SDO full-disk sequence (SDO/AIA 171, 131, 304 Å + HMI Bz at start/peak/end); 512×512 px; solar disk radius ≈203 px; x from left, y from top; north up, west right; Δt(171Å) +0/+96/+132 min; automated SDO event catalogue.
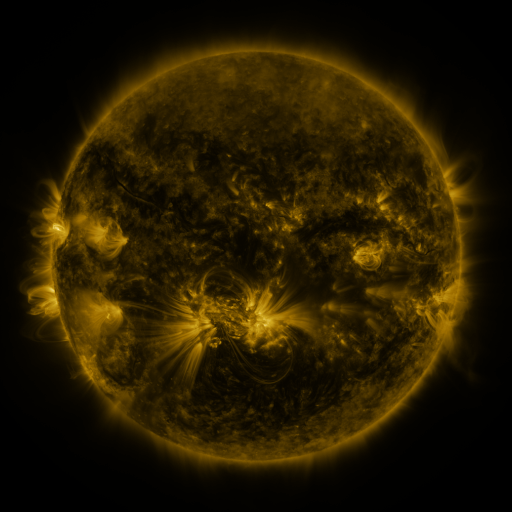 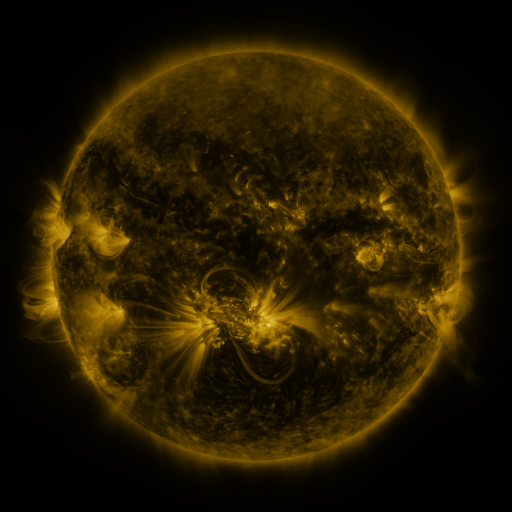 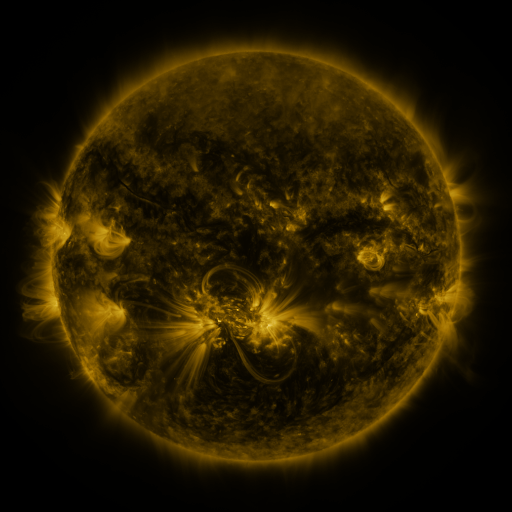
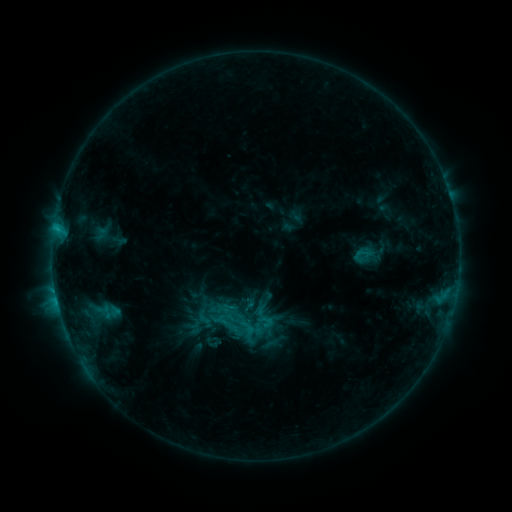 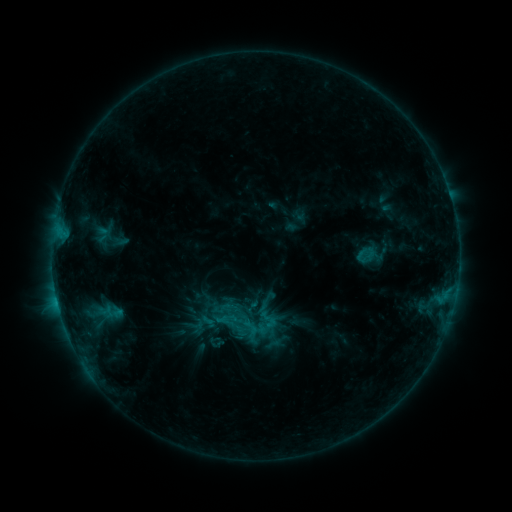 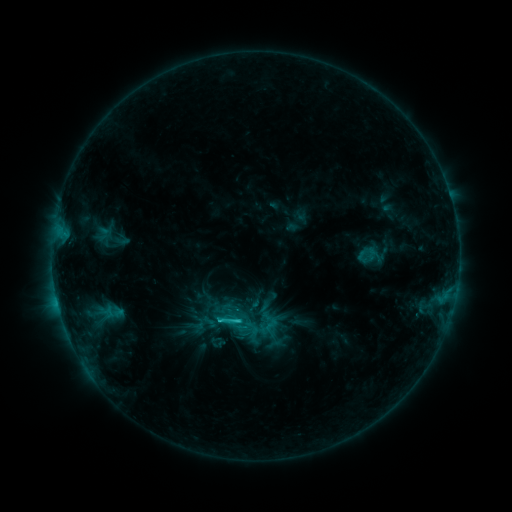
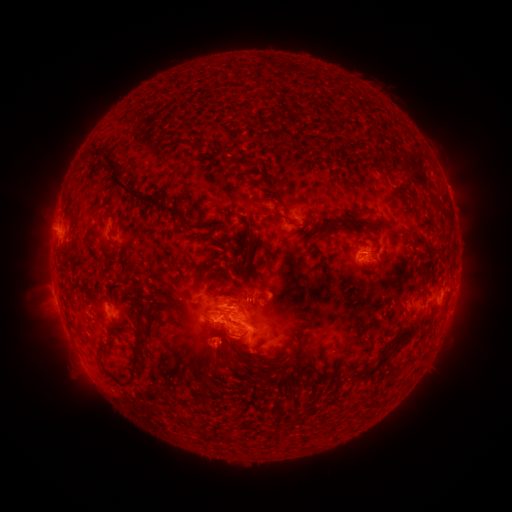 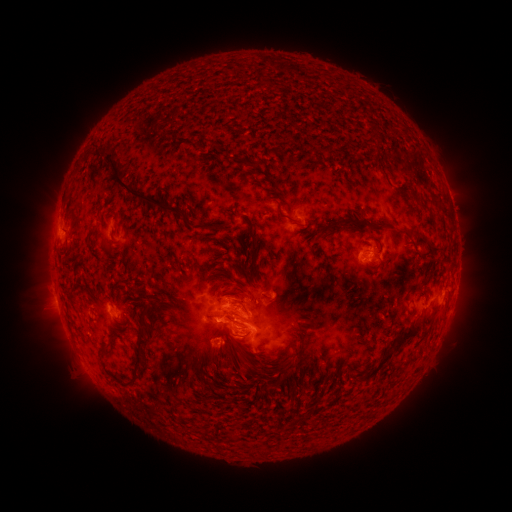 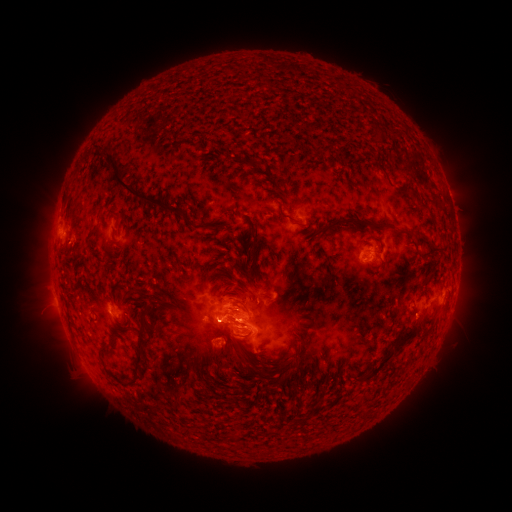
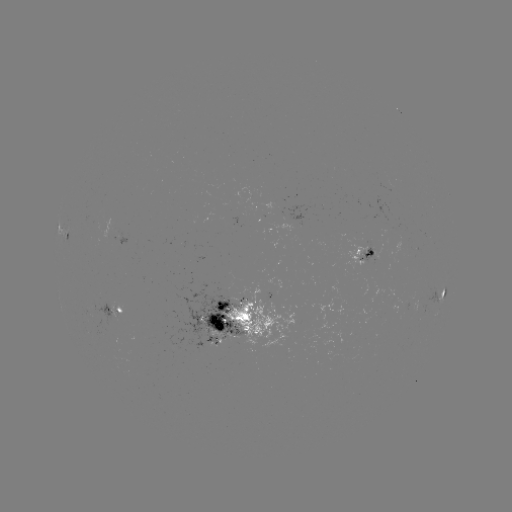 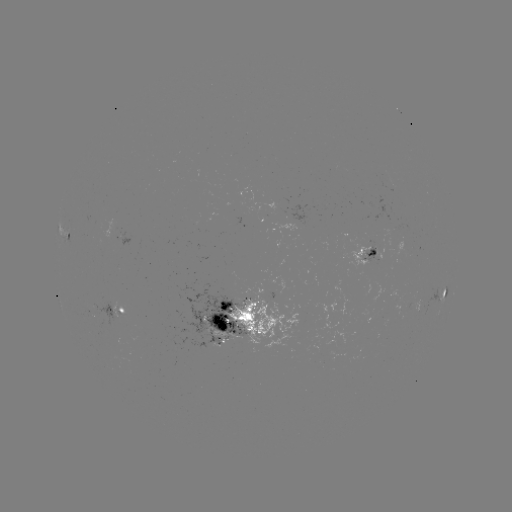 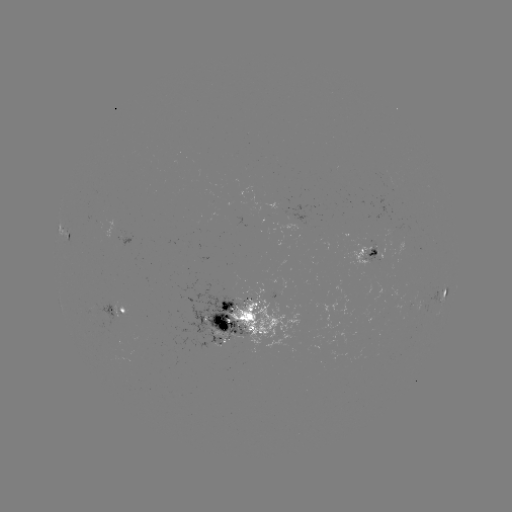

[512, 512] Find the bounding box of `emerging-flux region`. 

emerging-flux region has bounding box [413, 300, 420, 314].